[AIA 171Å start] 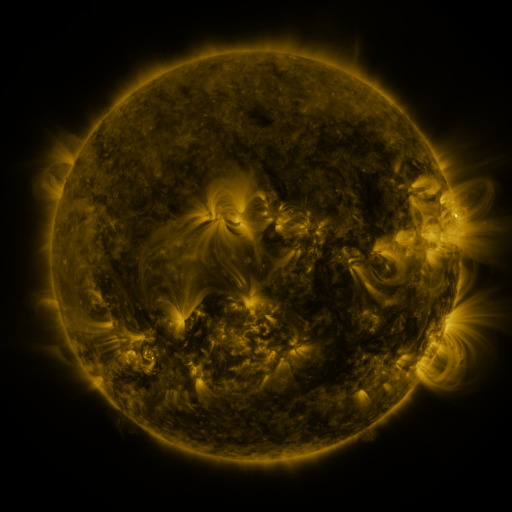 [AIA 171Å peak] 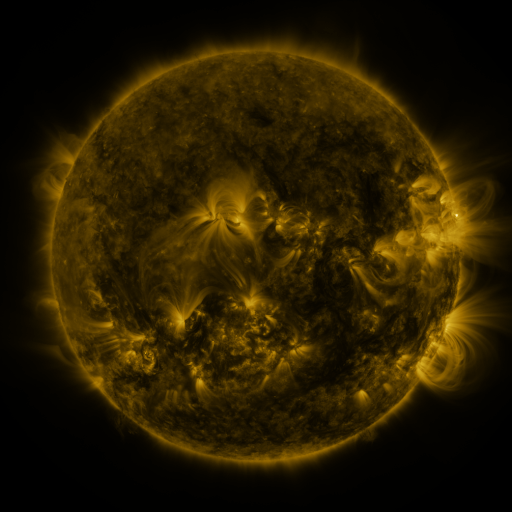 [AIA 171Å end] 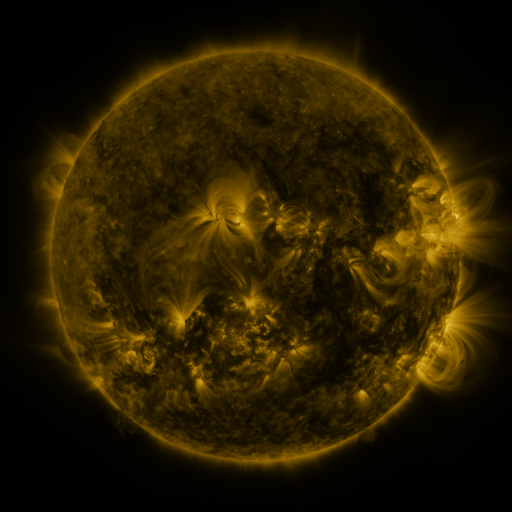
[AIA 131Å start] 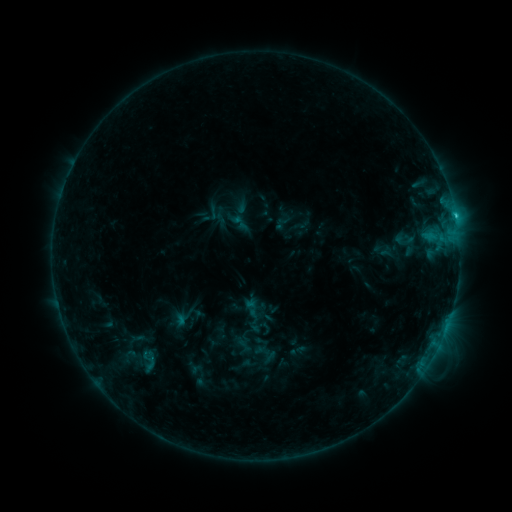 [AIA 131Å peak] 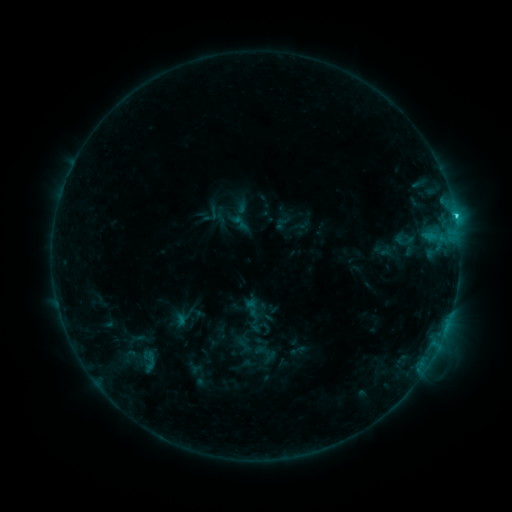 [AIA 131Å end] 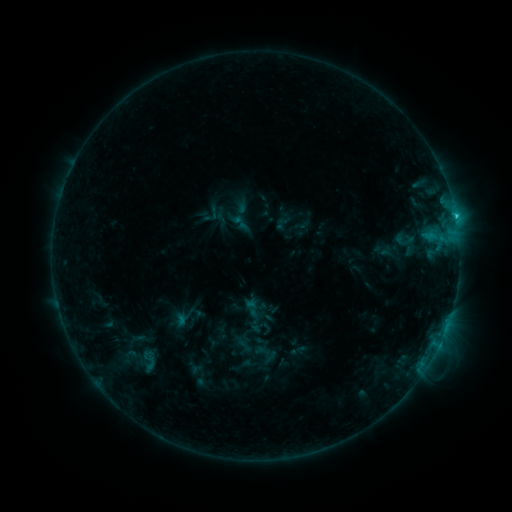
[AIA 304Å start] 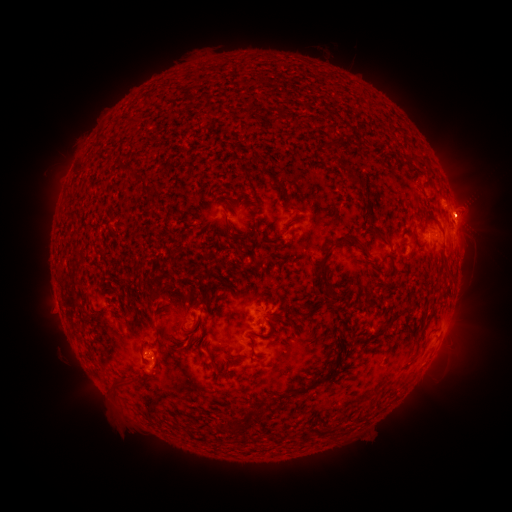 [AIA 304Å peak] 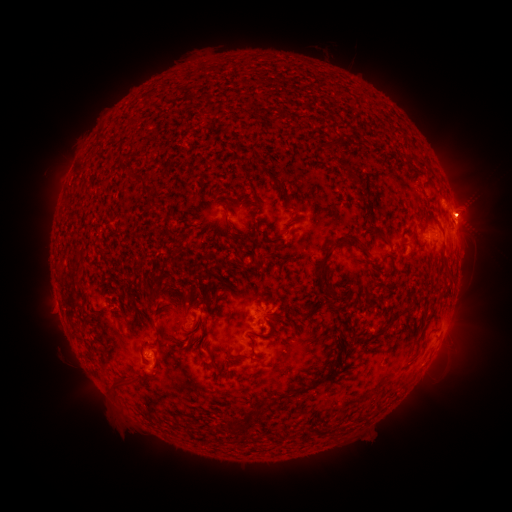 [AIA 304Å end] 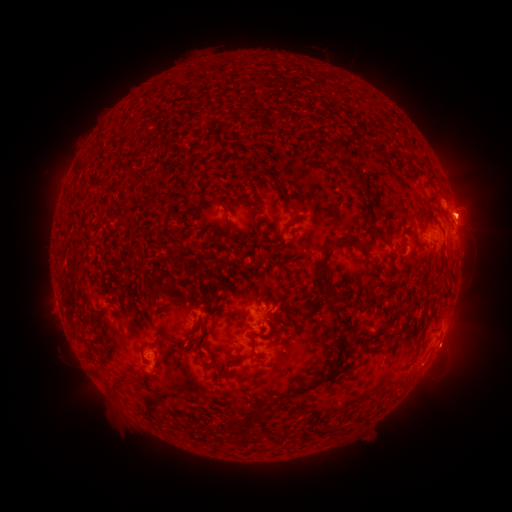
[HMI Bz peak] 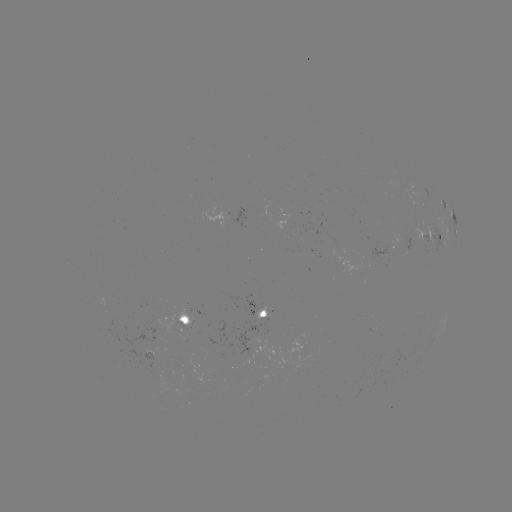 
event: eruption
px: (452, 356)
